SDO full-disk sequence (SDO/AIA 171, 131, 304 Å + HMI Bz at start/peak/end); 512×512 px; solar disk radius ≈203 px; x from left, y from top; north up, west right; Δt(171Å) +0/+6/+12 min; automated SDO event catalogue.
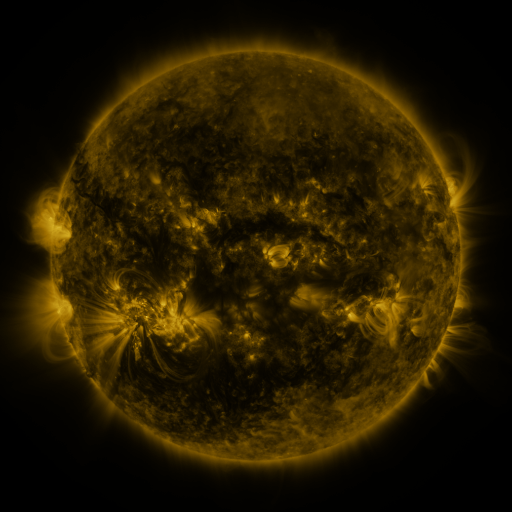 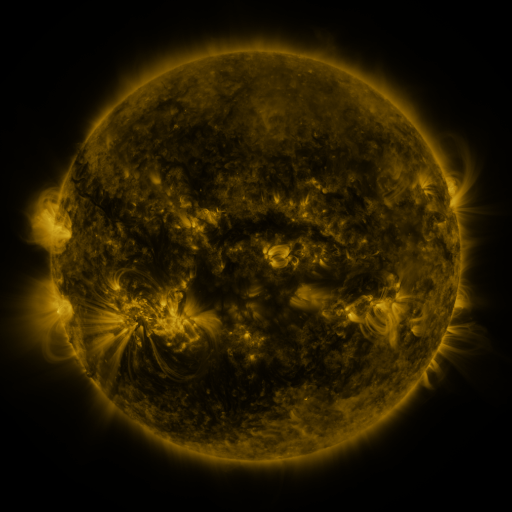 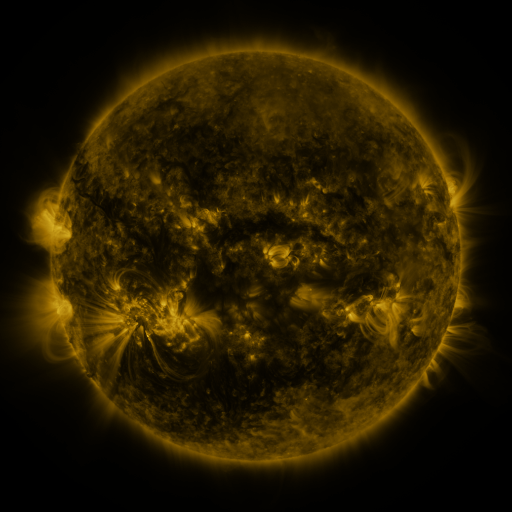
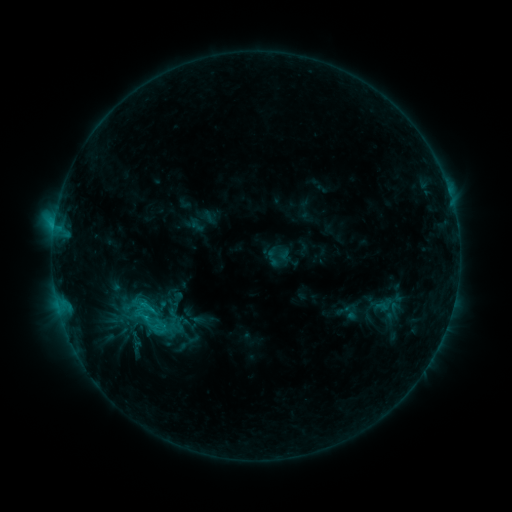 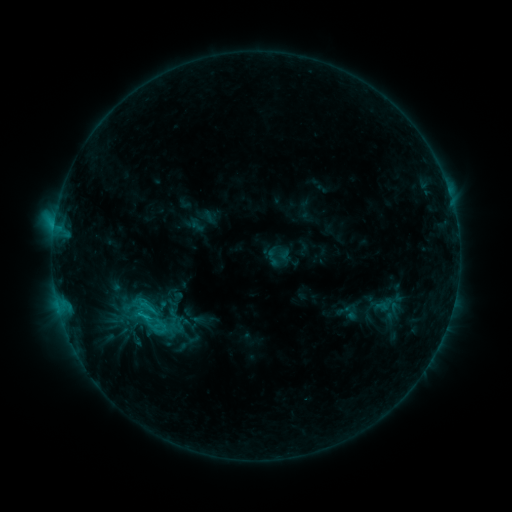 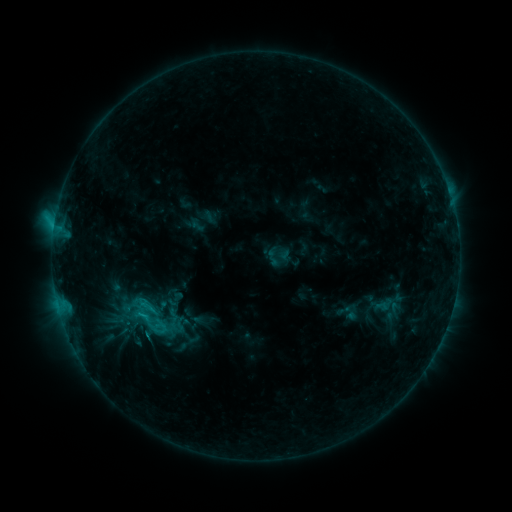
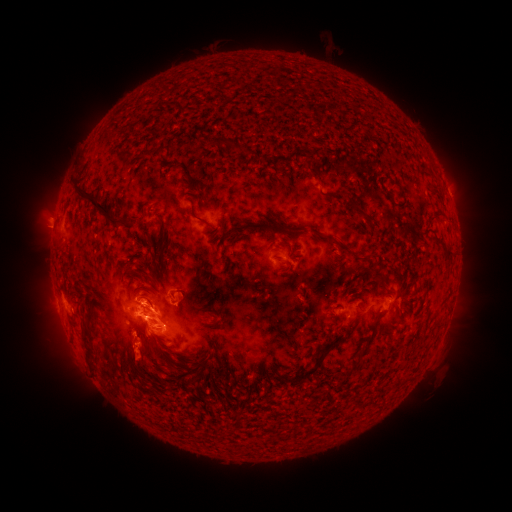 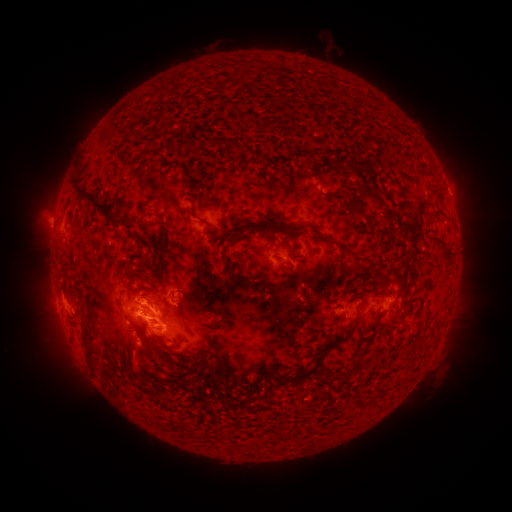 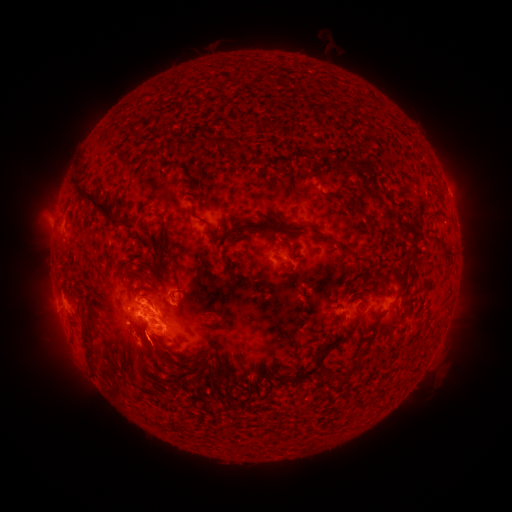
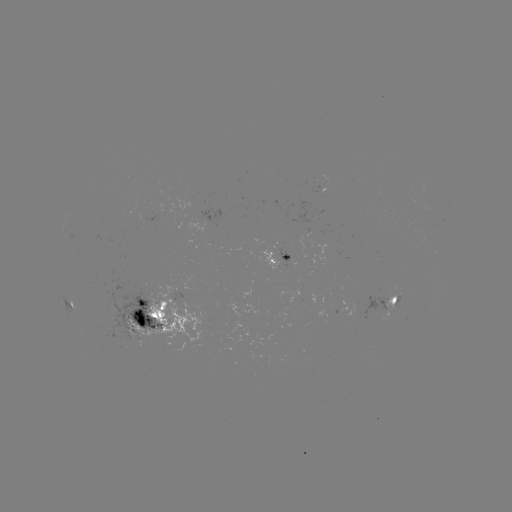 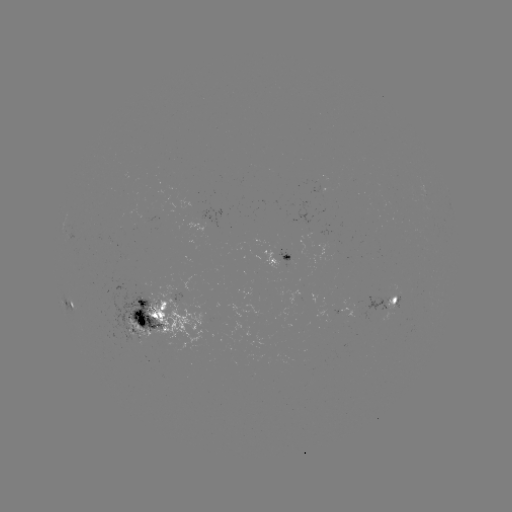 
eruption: (107, 327, 169, 387)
